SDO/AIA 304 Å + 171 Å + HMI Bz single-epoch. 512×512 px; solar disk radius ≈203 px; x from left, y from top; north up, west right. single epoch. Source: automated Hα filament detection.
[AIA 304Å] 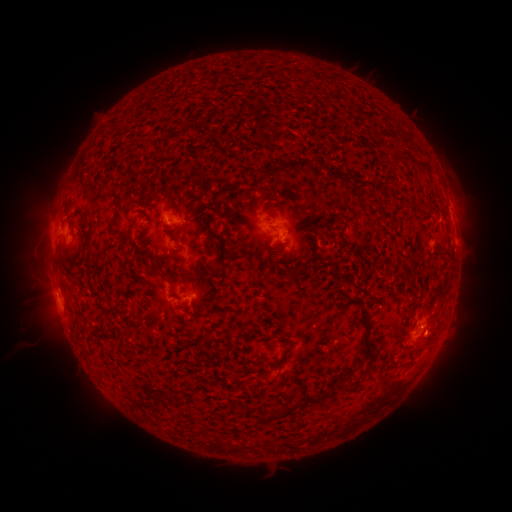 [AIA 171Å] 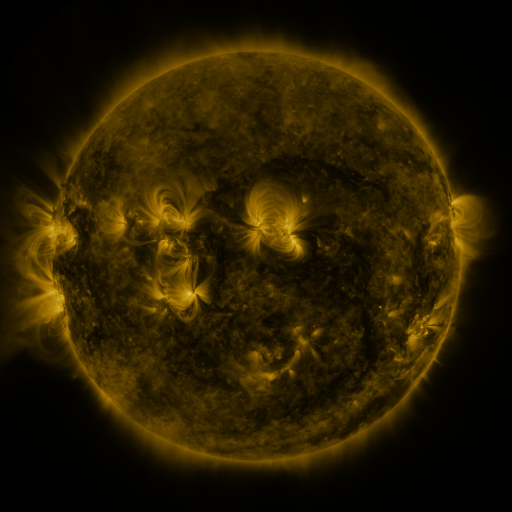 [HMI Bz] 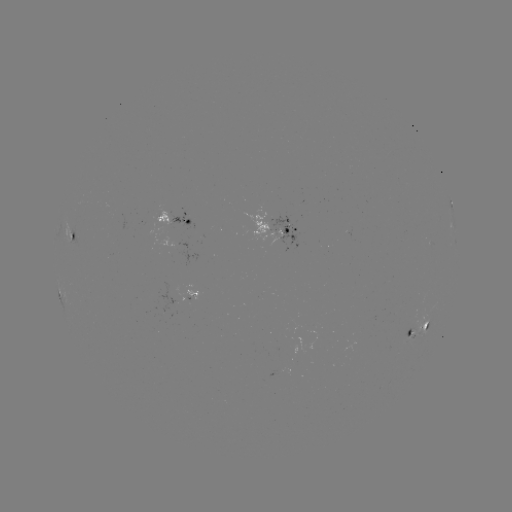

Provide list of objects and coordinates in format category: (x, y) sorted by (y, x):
filament: (410, 159)
filament: (292, 165)
filament: (330, 172)
filament: (395, 196)
filament: (193, 202)
filament: (209, 227)
filament: (272, 227)
filament: (209, 240)
filament: (261, 258)
filament: (60, 262)
filament: (294, 271)
filament: (214, 274)
filament: (189, 277)
filament: (205, 278)
filament: (365, 307)
filament: (410, 330)
filament: (371, 364)
filament: (353, 380)
filament: (255, 390)
filament: (322, 397)
filament: (291, 408)
